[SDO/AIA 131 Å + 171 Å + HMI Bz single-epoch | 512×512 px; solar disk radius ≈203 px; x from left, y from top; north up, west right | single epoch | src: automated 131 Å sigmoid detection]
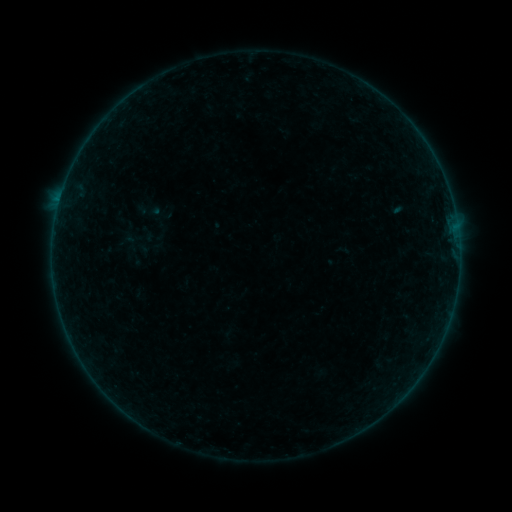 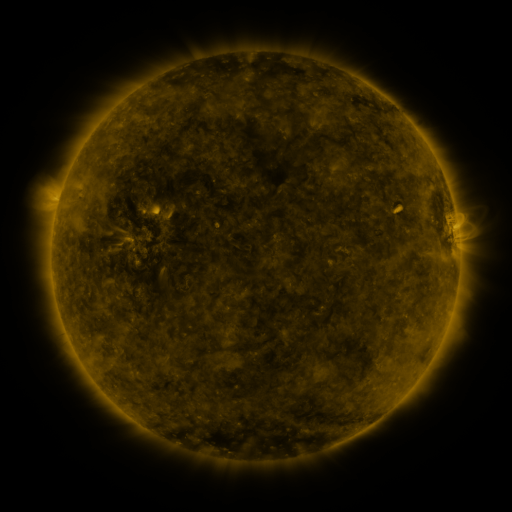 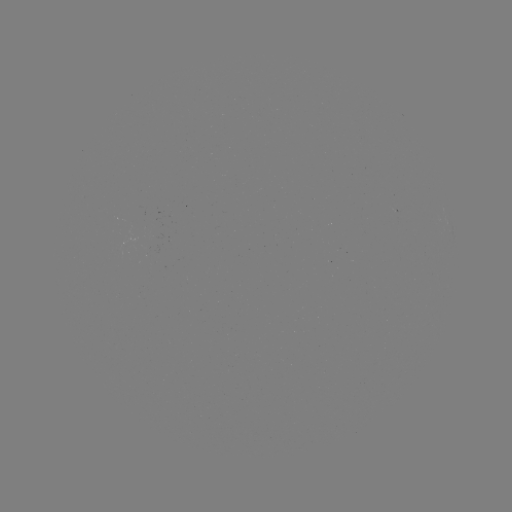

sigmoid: (137, 198, 161, 222)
